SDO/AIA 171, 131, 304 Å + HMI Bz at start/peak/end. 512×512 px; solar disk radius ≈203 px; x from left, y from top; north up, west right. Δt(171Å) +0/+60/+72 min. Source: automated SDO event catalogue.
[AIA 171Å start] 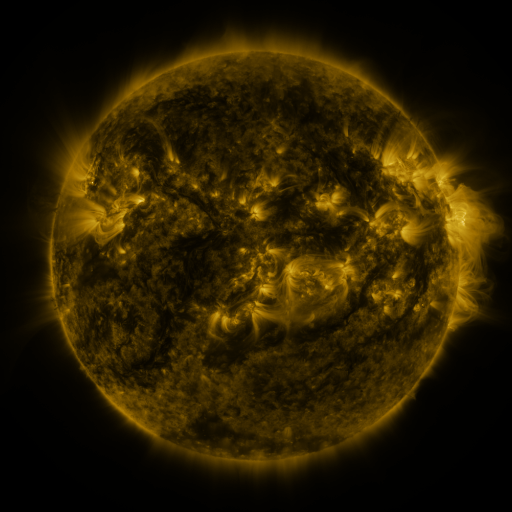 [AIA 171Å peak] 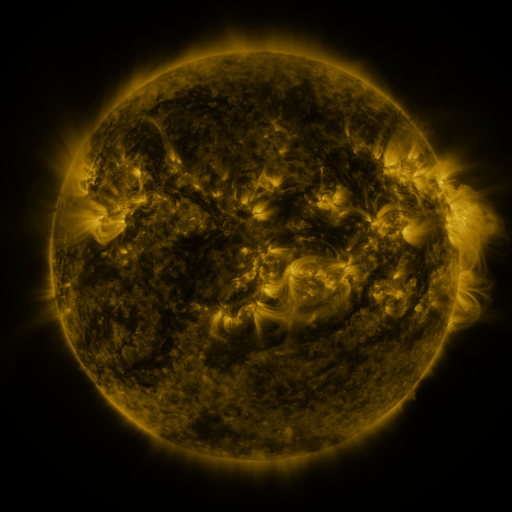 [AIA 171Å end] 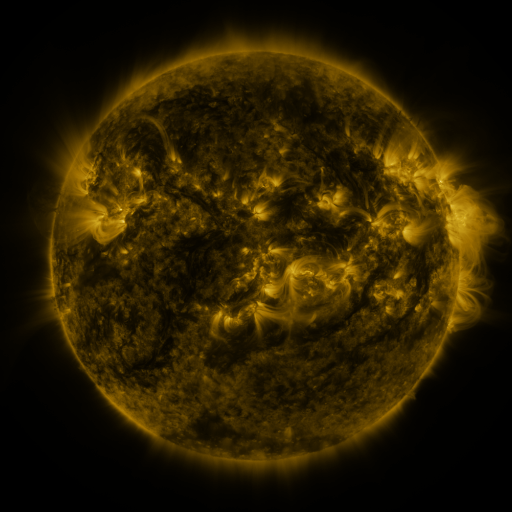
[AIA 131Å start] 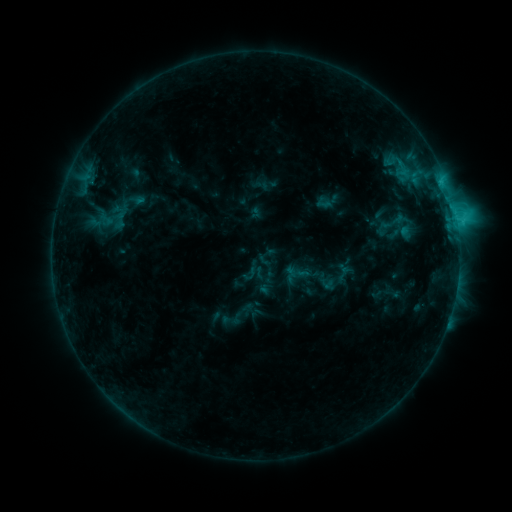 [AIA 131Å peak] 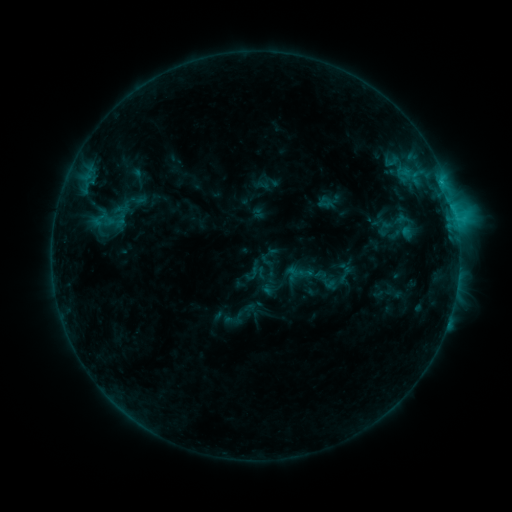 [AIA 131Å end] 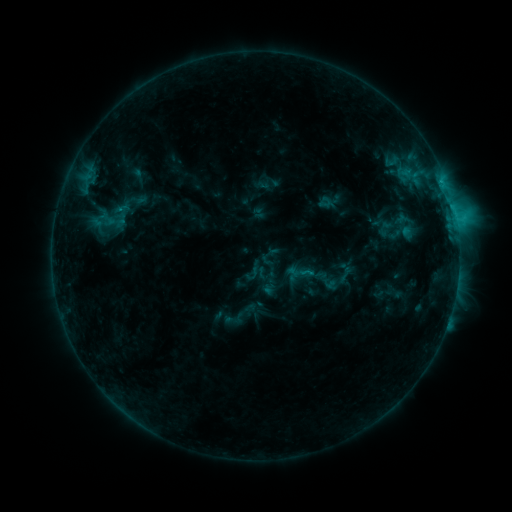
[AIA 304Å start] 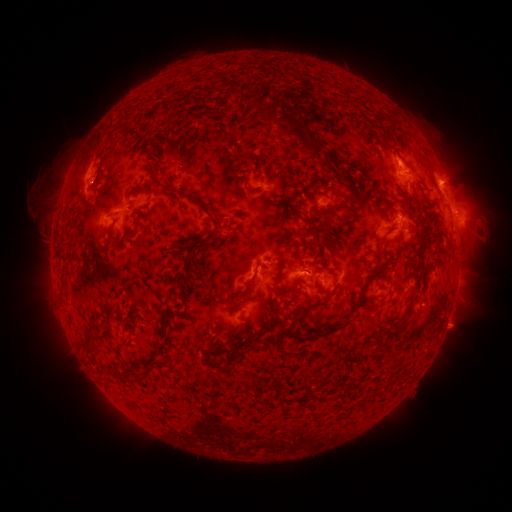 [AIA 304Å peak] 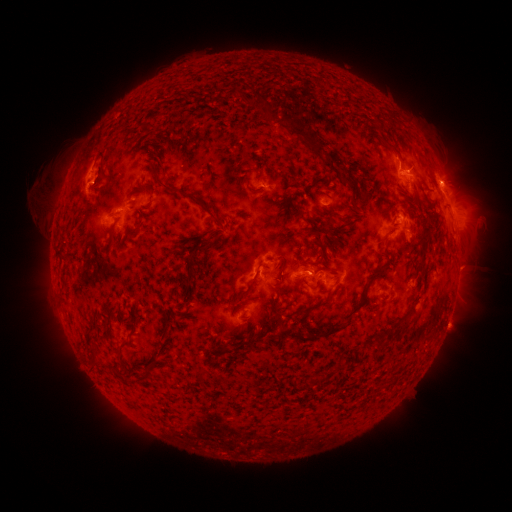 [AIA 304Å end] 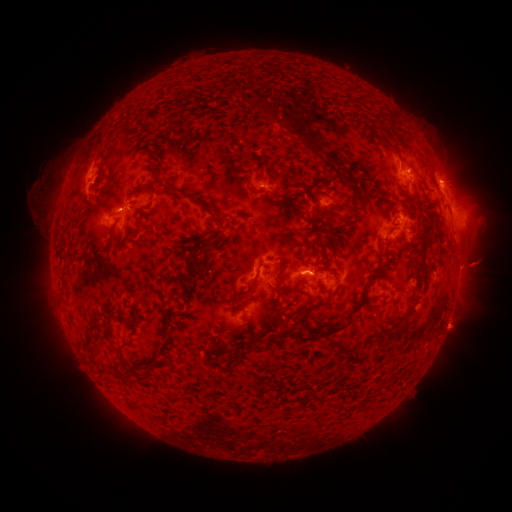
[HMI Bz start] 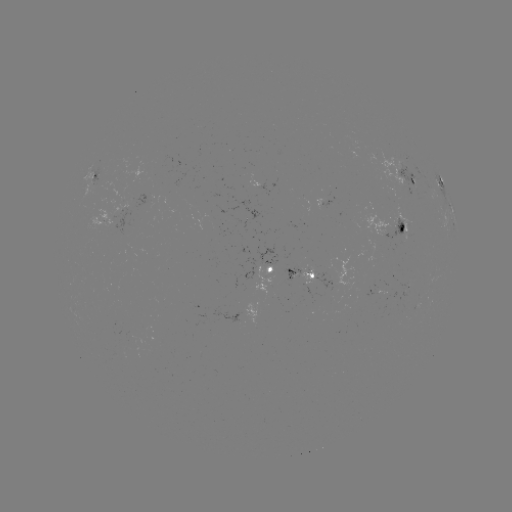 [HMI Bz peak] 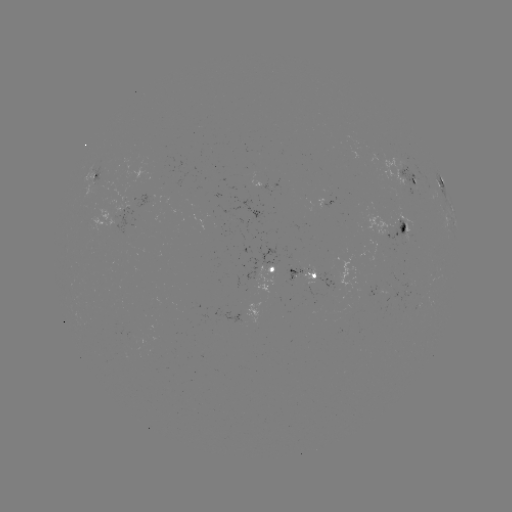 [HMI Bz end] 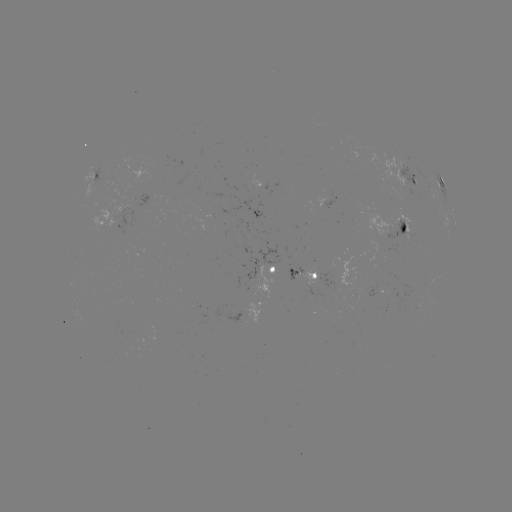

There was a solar emerging-flux region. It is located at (263, 179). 